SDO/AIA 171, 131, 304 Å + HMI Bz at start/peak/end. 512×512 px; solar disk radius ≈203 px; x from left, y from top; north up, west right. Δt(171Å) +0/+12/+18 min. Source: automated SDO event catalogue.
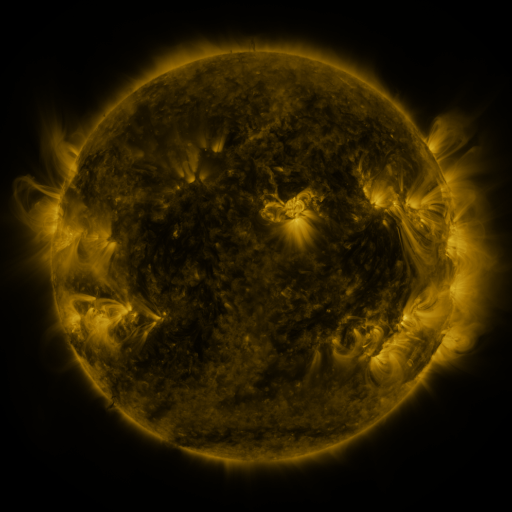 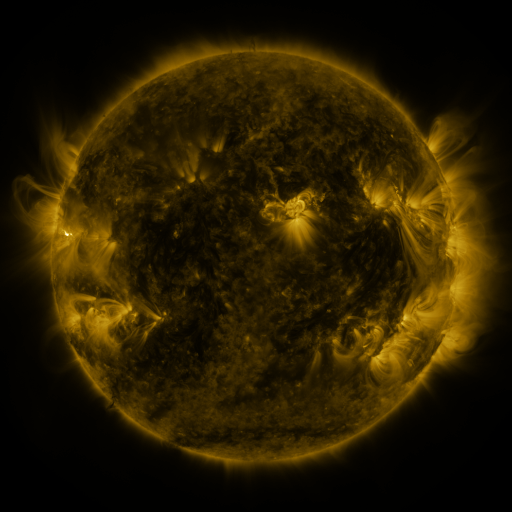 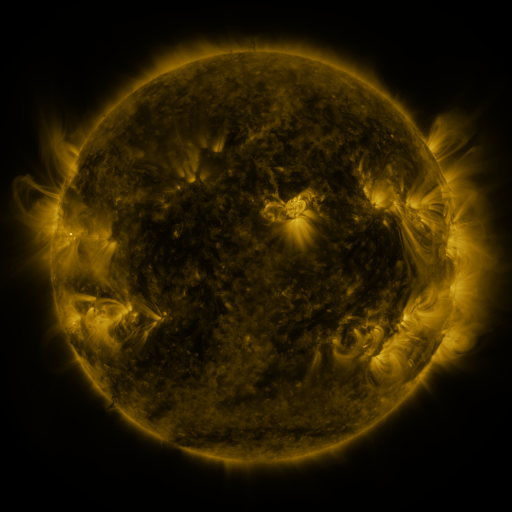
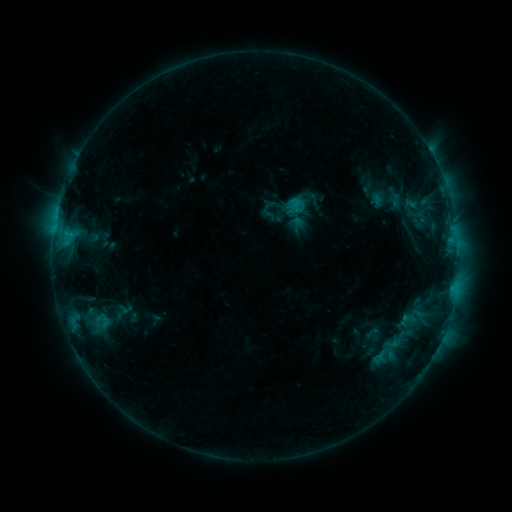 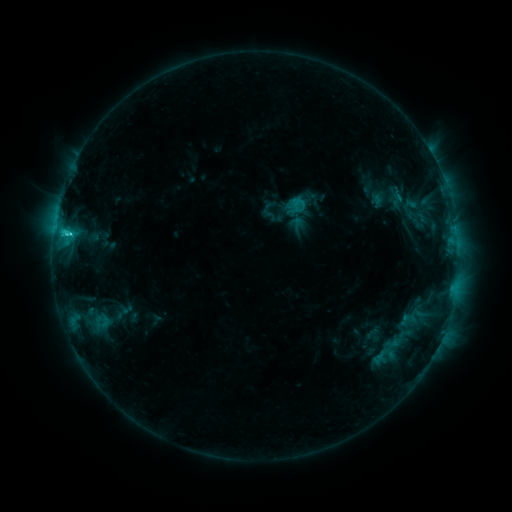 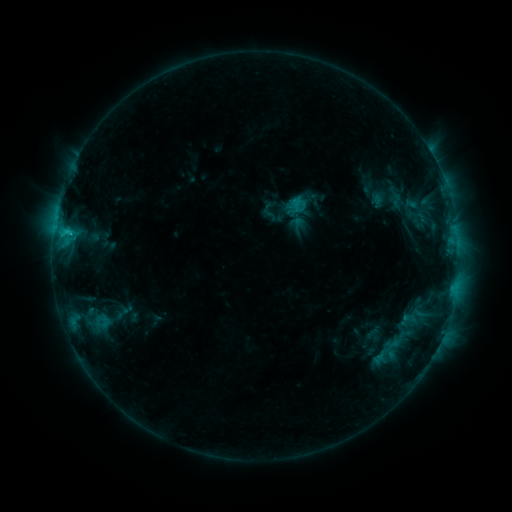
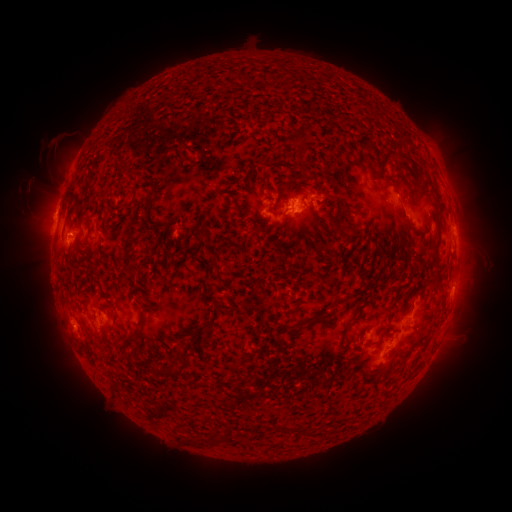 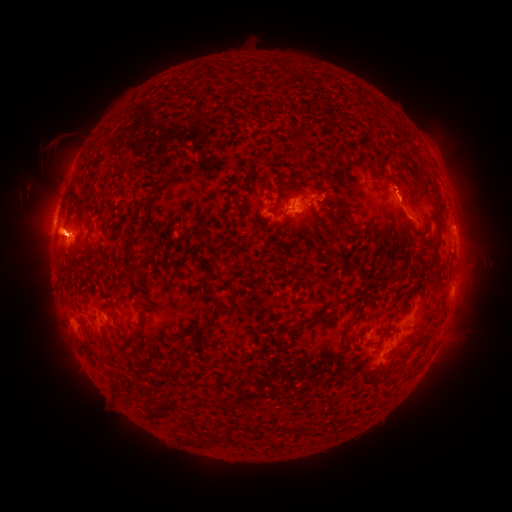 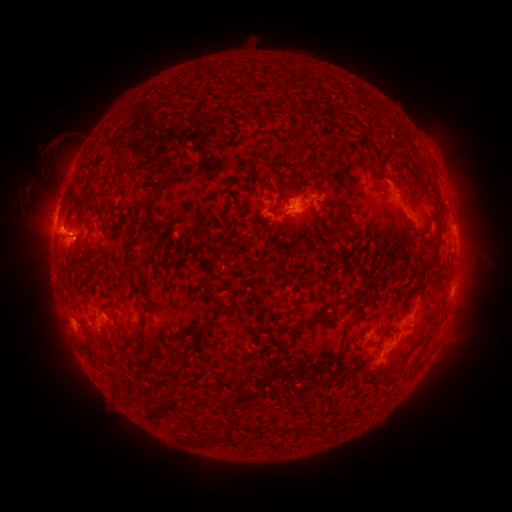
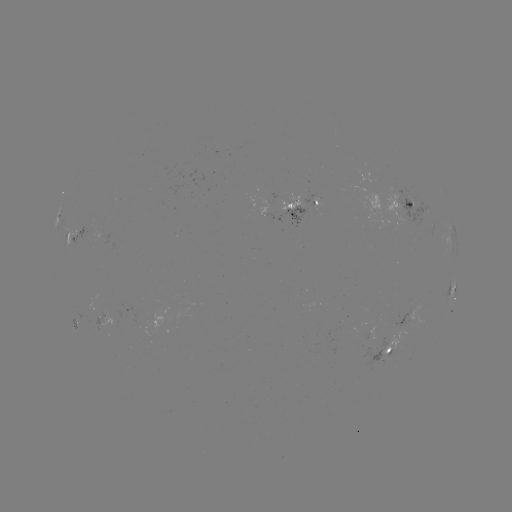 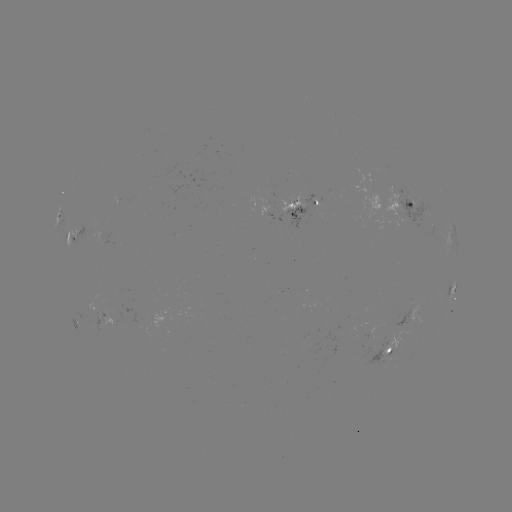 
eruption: [0, 175, 109, 293]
